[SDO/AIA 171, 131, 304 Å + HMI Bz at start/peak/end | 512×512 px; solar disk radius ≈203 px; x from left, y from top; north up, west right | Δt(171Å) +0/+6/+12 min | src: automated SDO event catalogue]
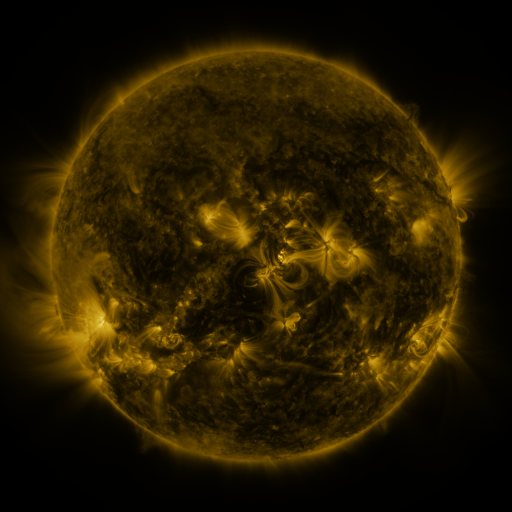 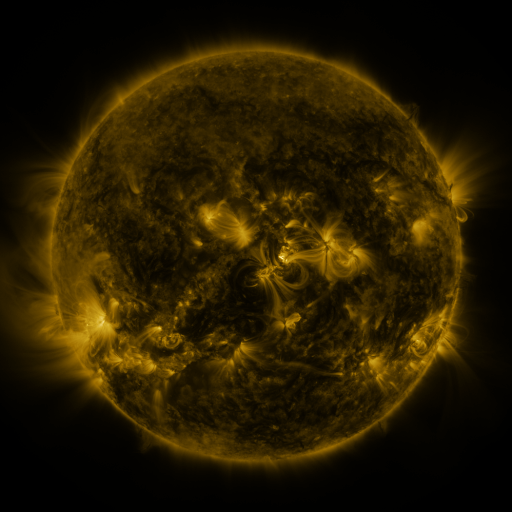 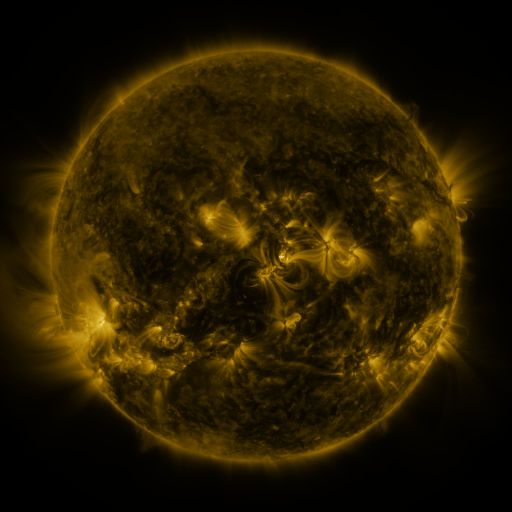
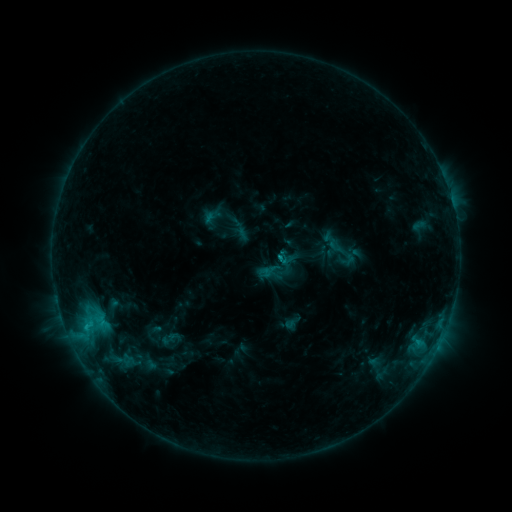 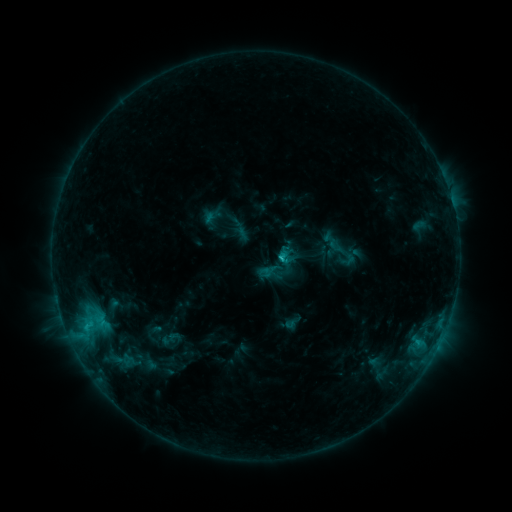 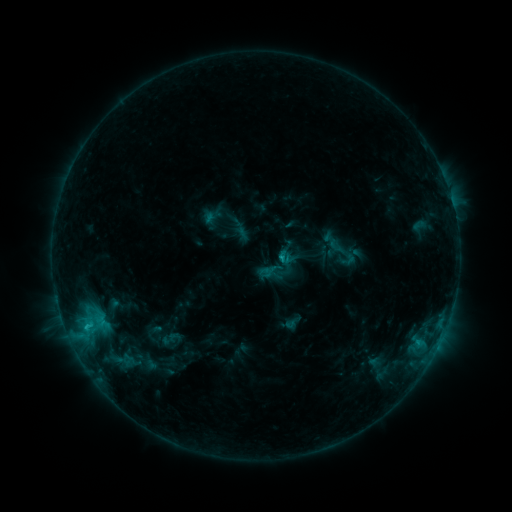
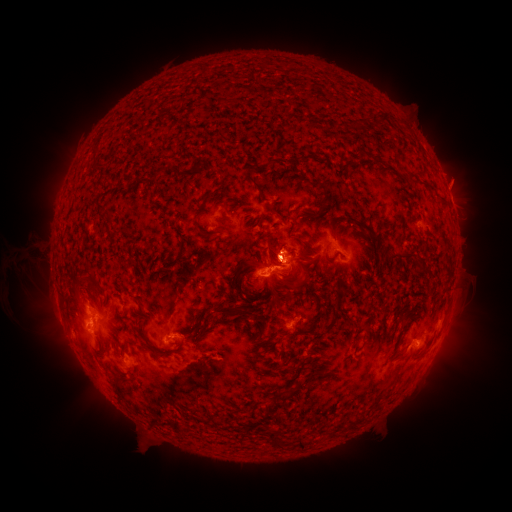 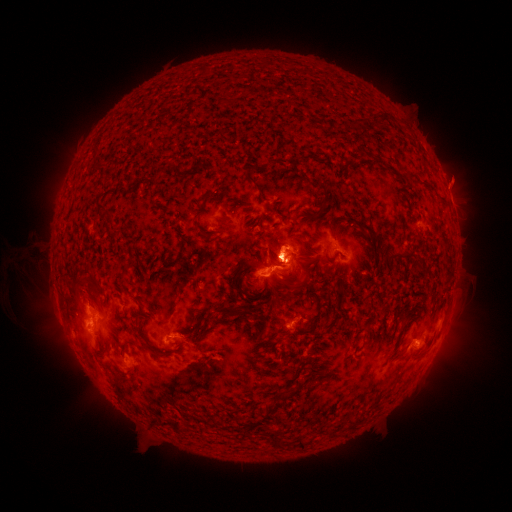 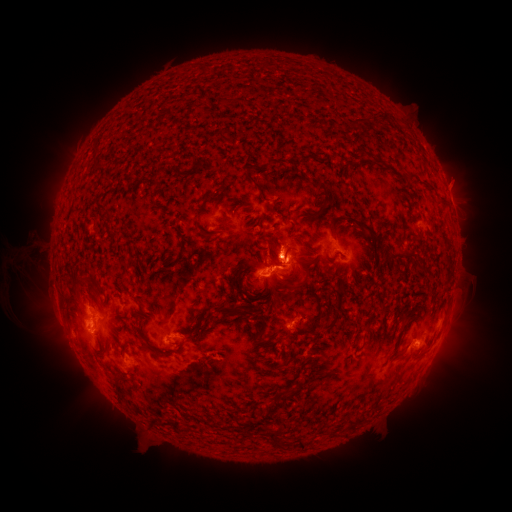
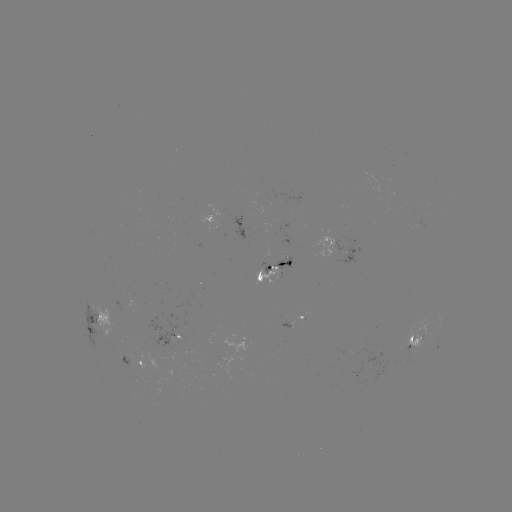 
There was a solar eruption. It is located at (441, 348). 